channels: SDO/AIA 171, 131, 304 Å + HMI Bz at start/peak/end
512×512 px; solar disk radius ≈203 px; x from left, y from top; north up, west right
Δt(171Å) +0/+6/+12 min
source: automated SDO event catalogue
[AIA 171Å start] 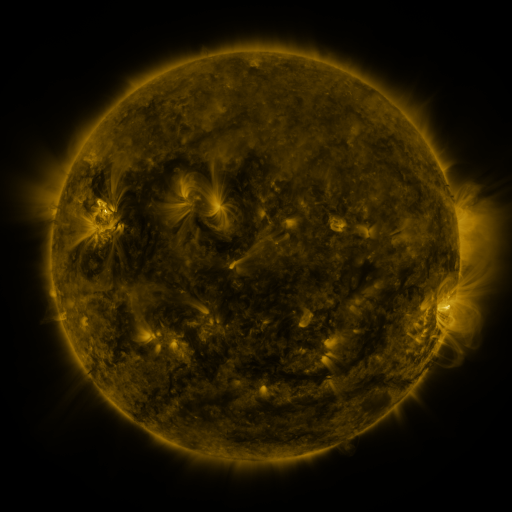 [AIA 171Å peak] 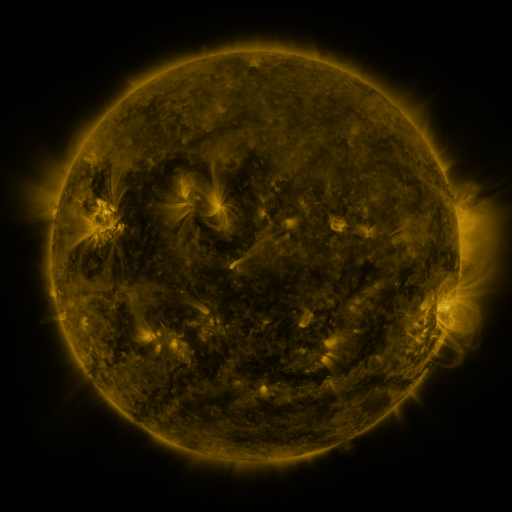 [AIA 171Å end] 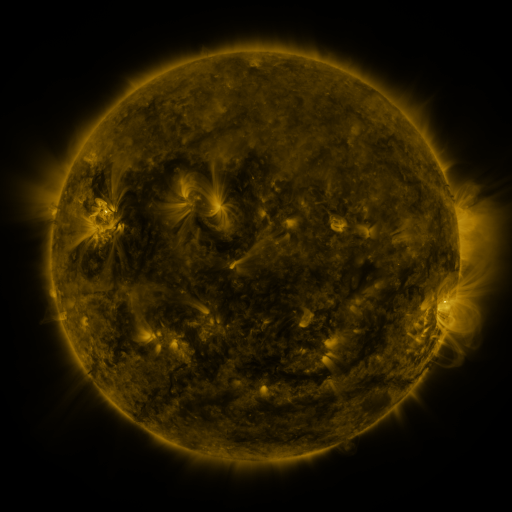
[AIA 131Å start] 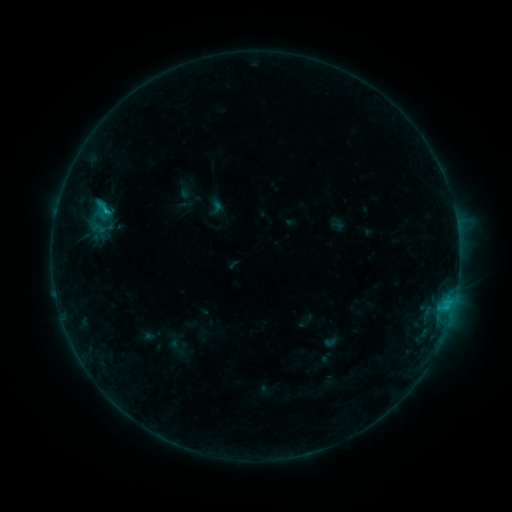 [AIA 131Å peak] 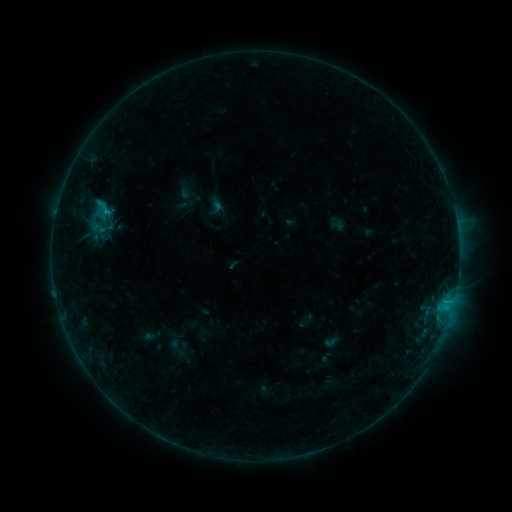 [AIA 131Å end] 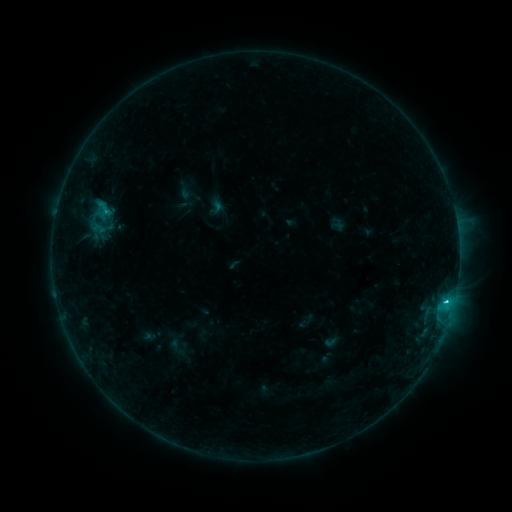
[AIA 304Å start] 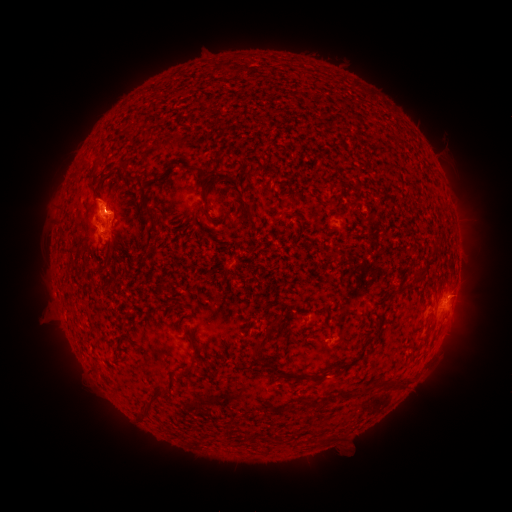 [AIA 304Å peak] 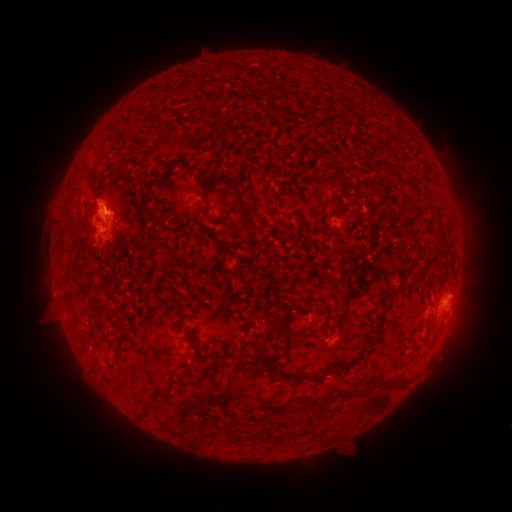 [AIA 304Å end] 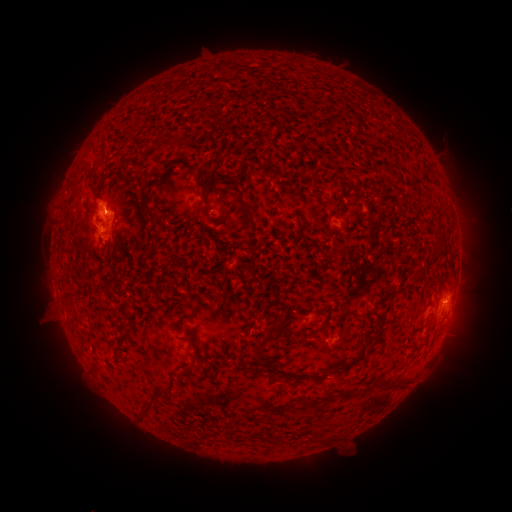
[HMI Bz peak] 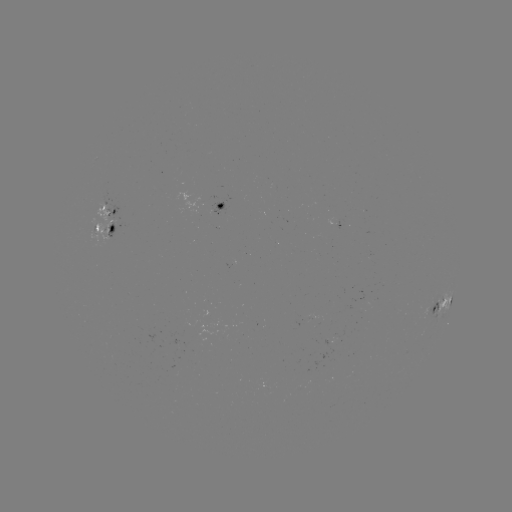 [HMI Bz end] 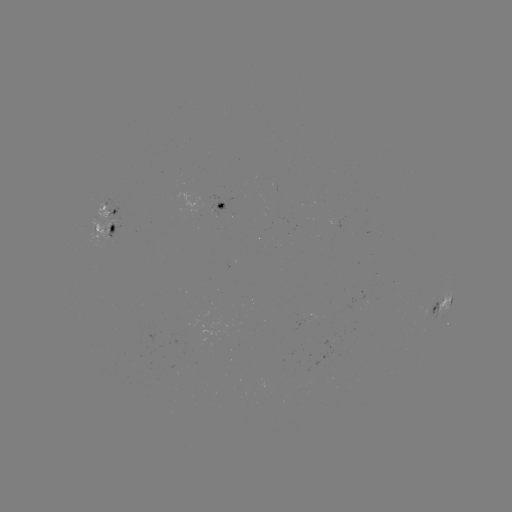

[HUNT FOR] C1.7 flare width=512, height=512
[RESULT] (445, 299)